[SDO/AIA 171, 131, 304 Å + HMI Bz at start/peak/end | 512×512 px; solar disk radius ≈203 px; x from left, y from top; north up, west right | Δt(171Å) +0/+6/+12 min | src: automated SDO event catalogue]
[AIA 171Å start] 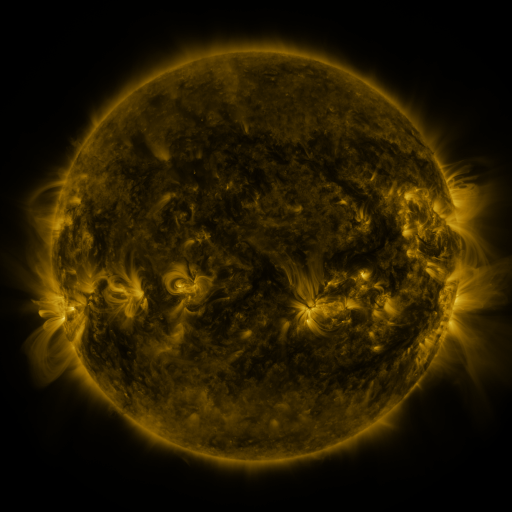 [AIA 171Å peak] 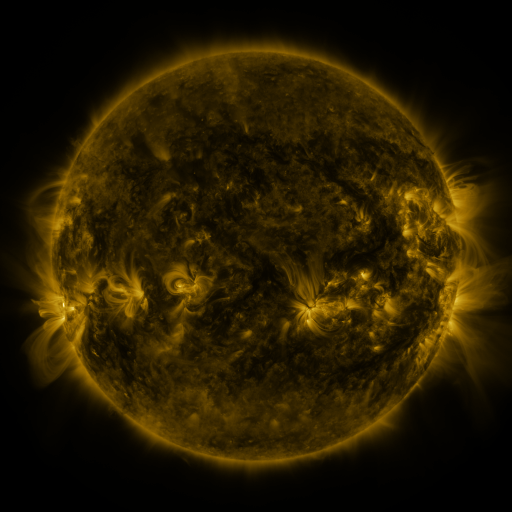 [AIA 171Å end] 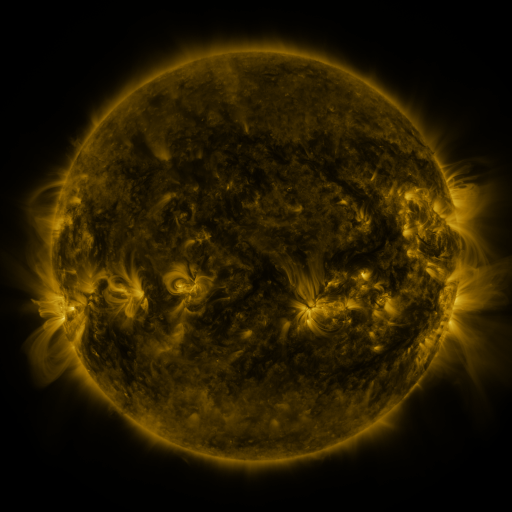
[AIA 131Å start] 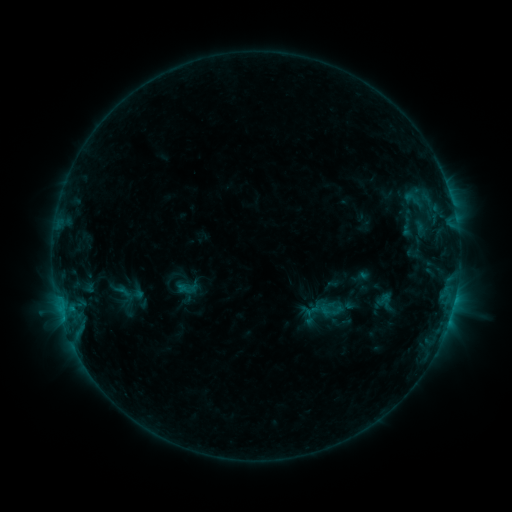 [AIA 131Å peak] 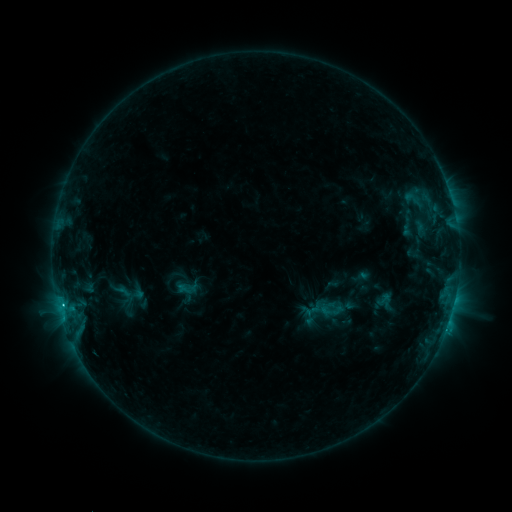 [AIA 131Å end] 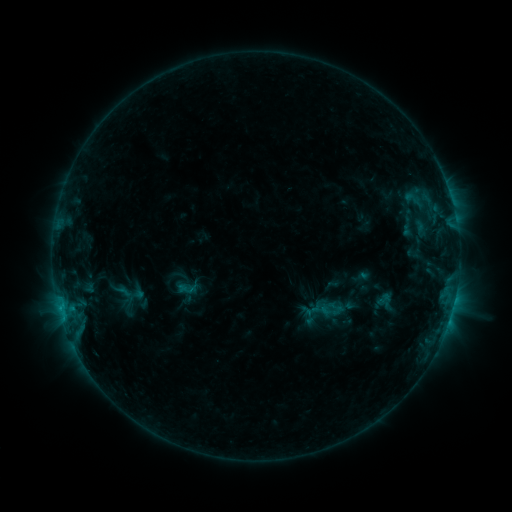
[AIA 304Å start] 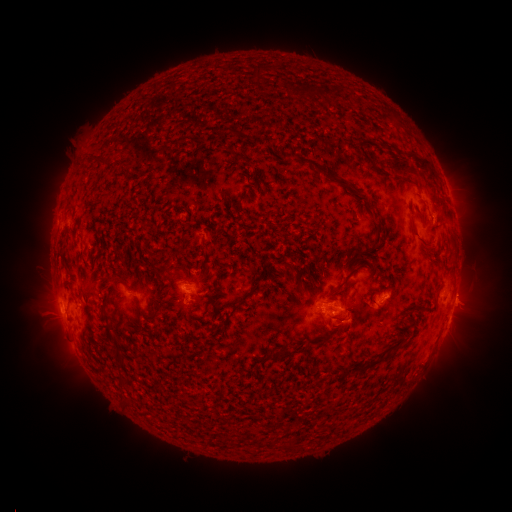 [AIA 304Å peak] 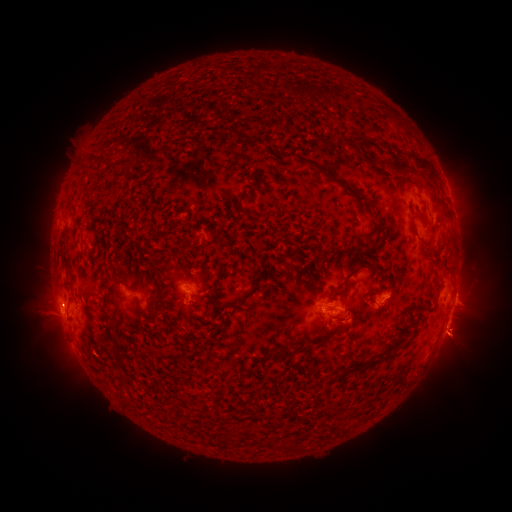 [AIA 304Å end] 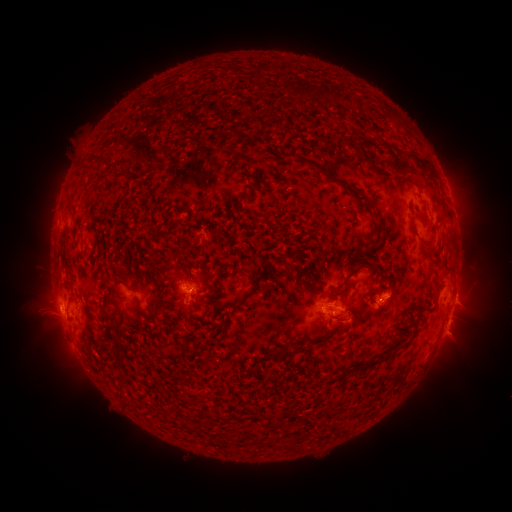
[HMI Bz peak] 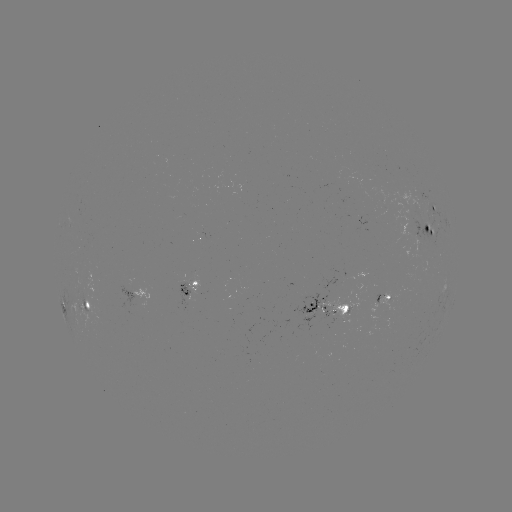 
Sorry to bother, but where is C1.5 flare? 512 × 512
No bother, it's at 445,328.